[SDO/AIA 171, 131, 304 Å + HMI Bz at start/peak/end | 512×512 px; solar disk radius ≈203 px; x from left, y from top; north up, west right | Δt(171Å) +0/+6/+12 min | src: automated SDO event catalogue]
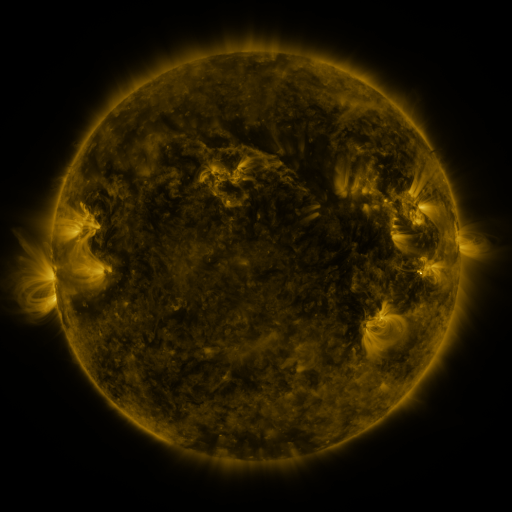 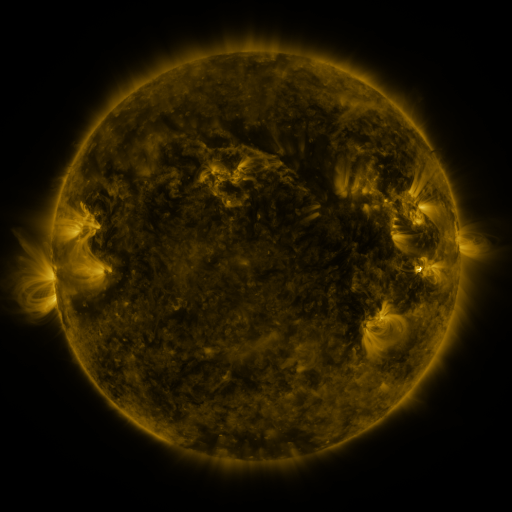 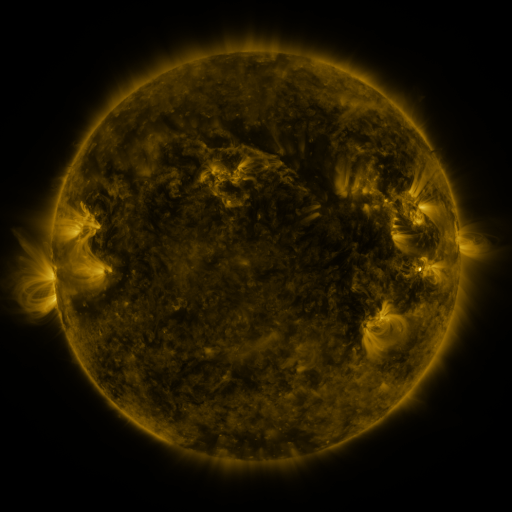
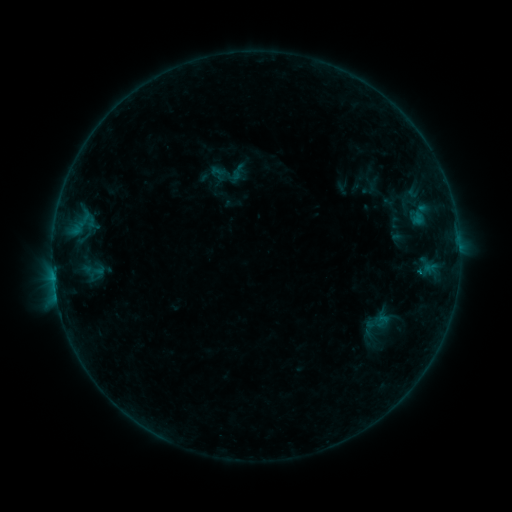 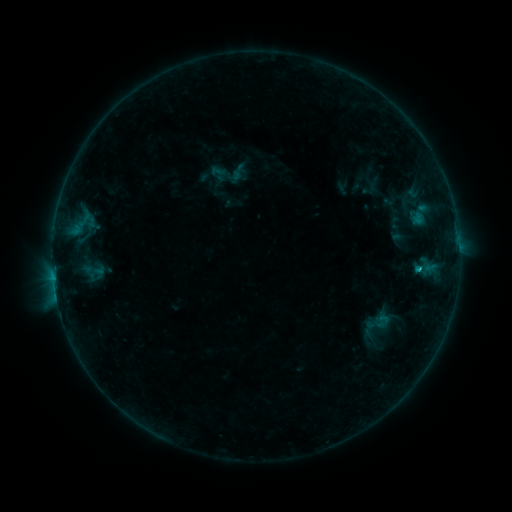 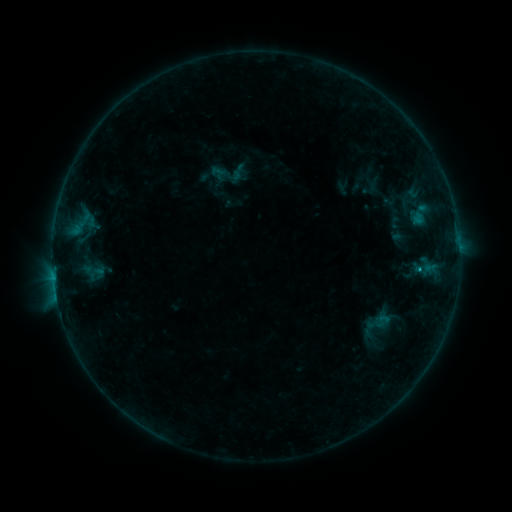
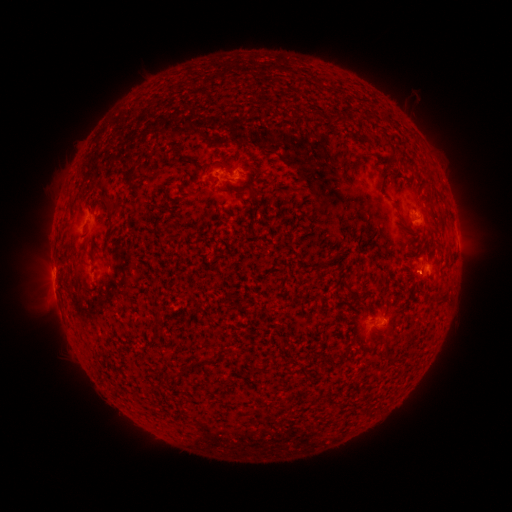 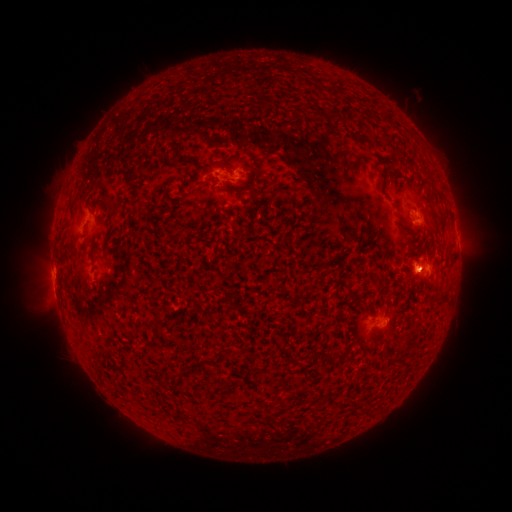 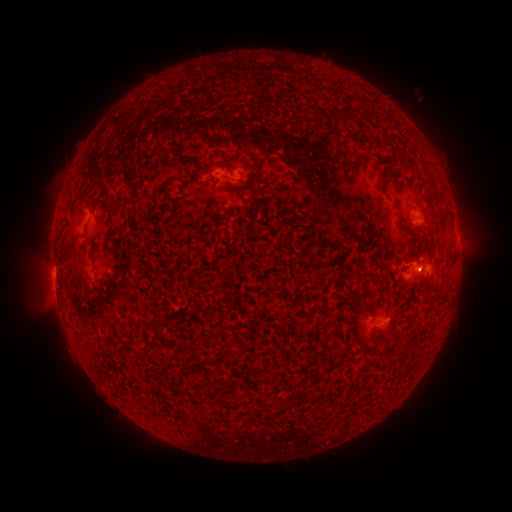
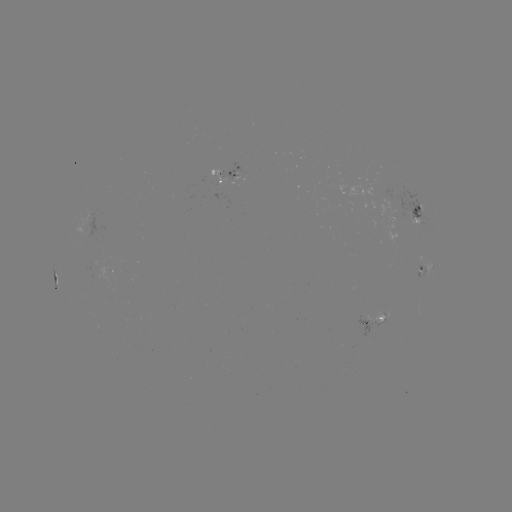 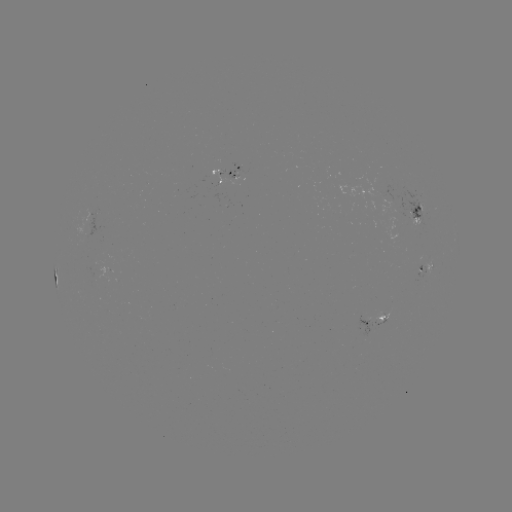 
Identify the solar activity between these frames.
B6.1 flare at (418, 267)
